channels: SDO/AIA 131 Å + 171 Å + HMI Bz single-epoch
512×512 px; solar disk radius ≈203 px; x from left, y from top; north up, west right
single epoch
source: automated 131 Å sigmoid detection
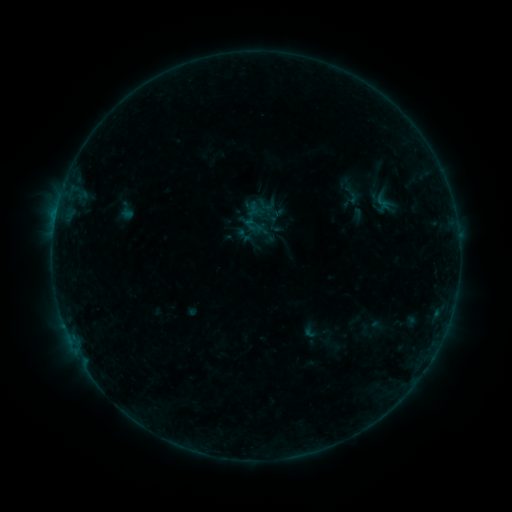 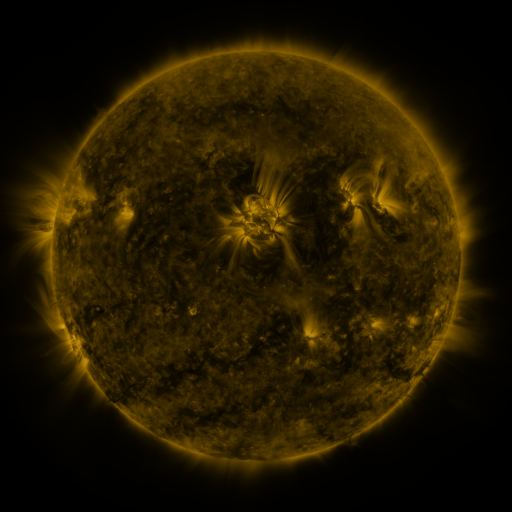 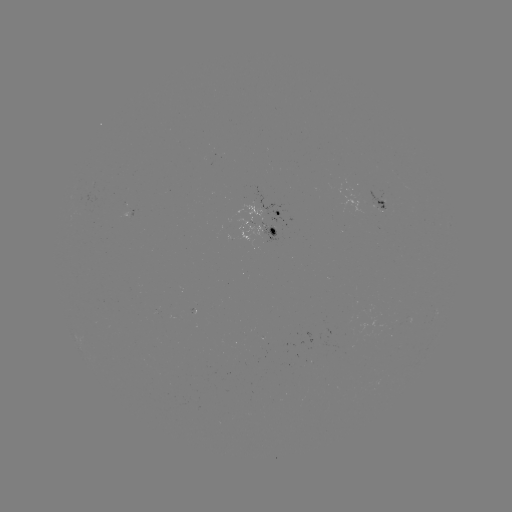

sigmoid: [257, 195, 277, 214]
